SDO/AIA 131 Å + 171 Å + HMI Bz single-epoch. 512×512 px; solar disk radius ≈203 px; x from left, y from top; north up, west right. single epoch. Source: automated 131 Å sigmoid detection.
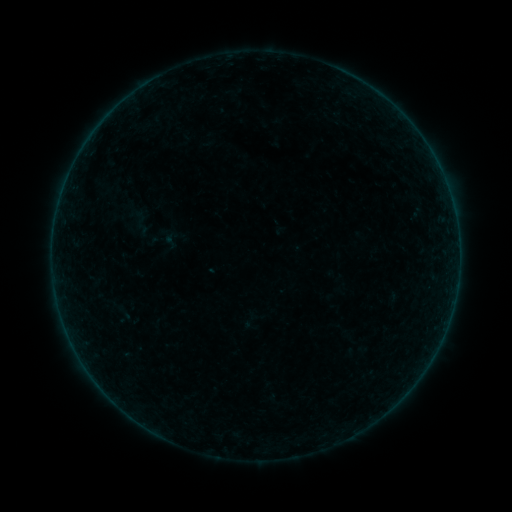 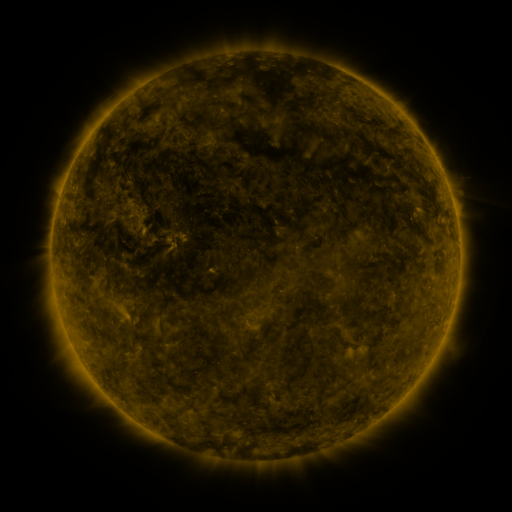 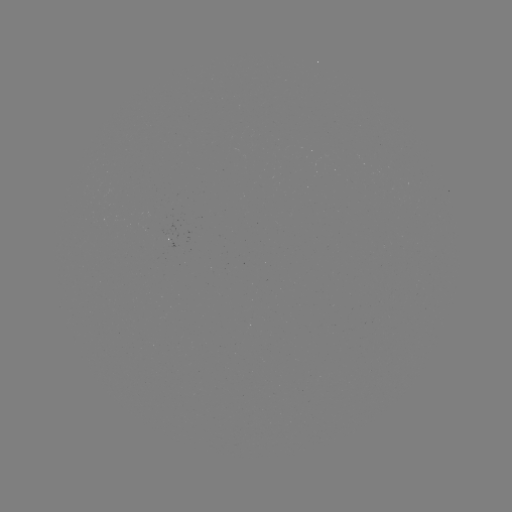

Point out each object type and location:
sigmoid: (251, 321)
